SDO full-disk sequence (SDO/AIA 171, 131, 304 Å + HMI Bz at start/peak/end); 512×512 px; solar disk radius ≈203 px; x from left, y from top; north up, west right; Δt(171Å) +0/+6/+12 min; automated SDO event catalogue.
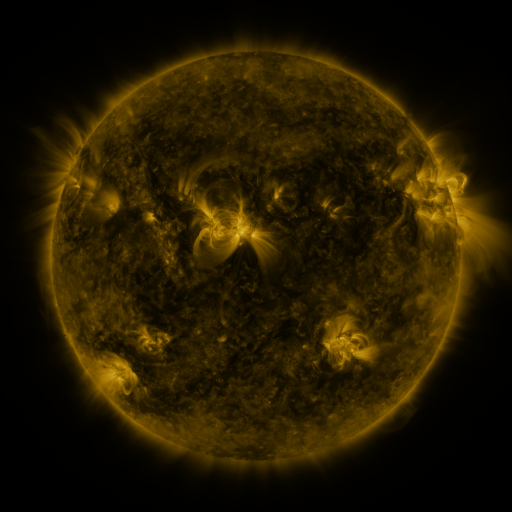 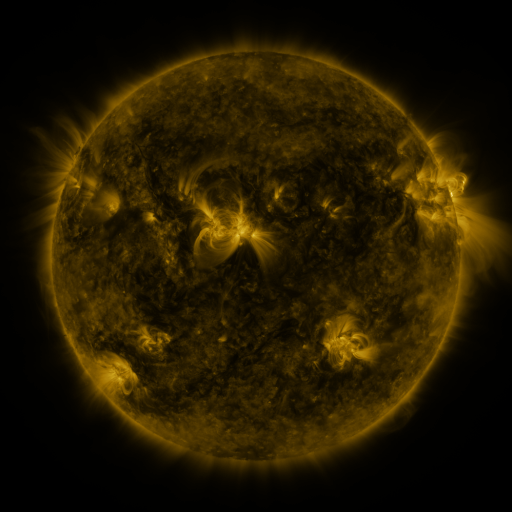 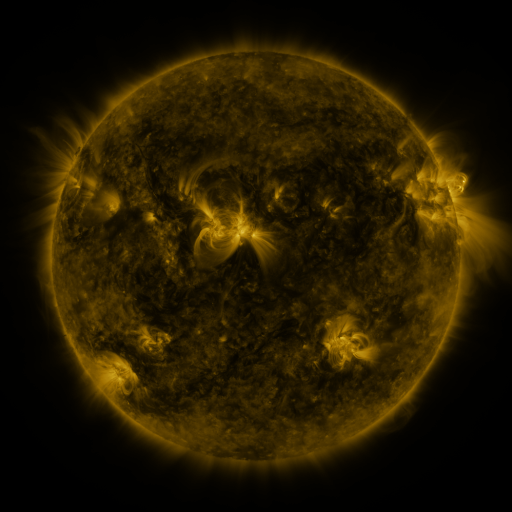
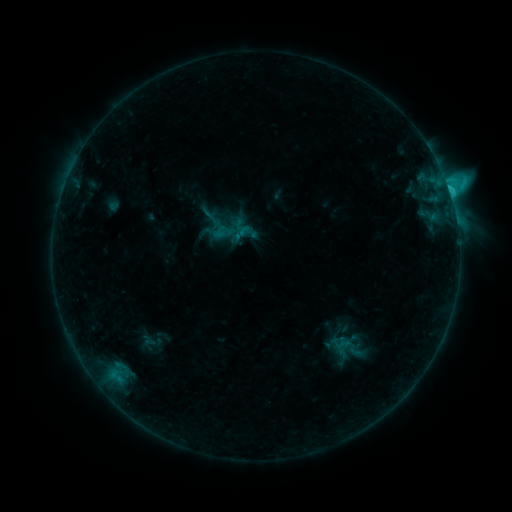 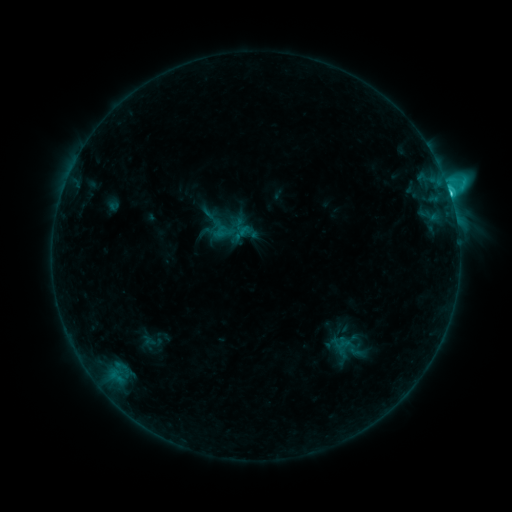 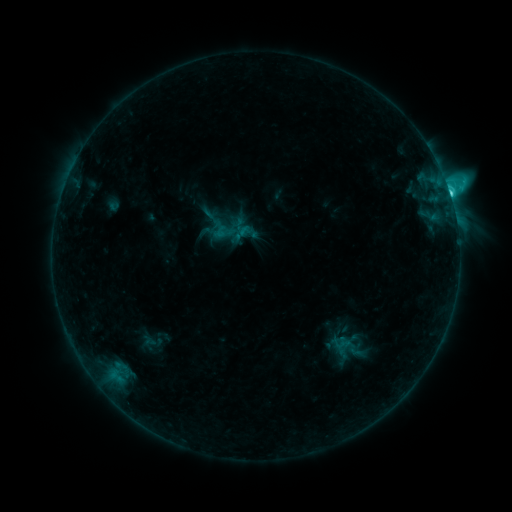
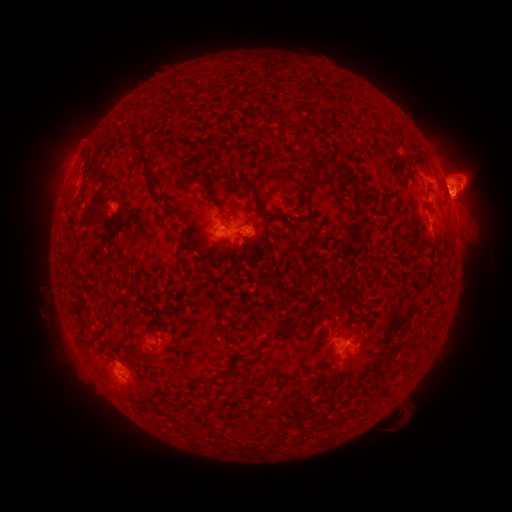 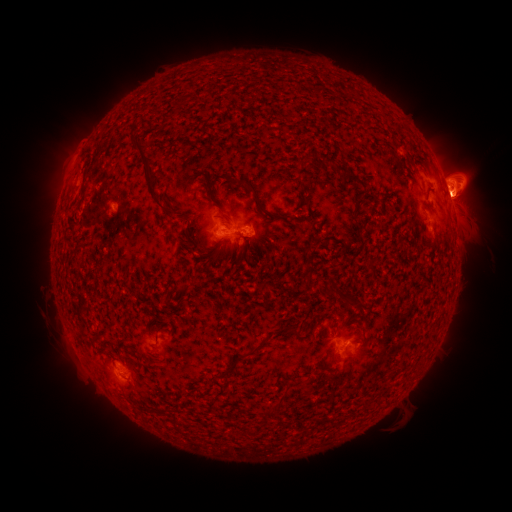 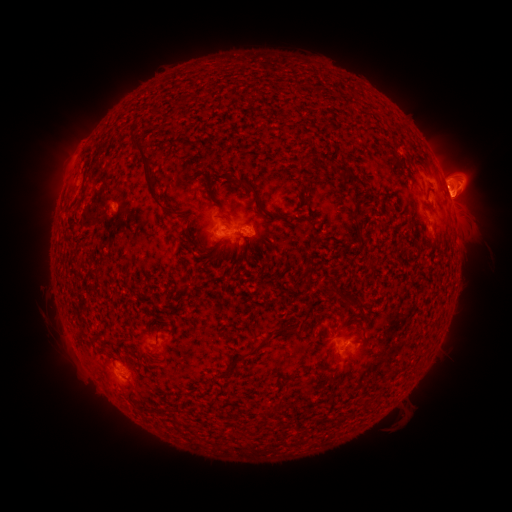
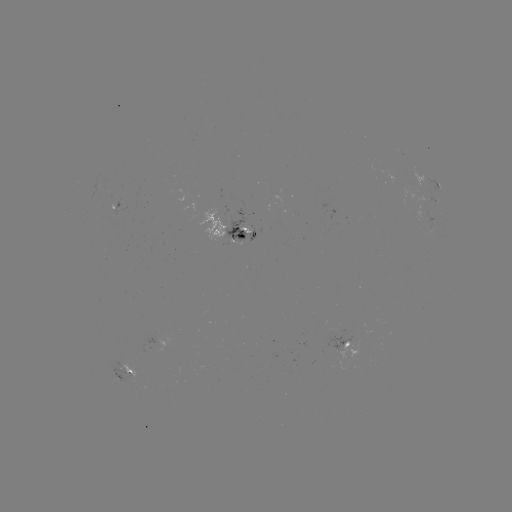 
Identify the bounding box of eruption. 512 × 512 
[431, 140, 485, 191].